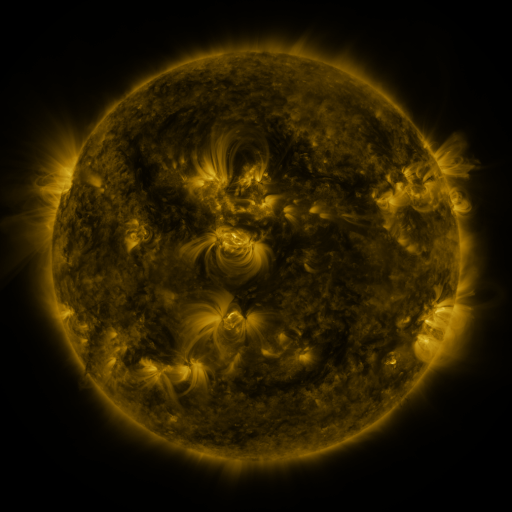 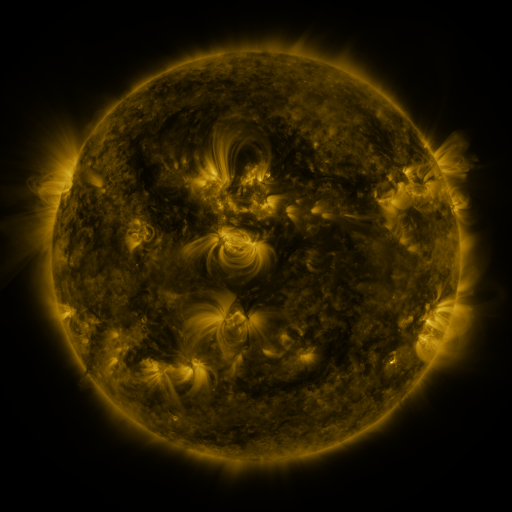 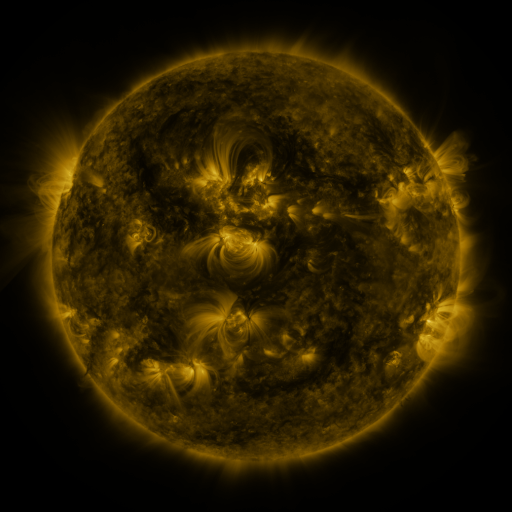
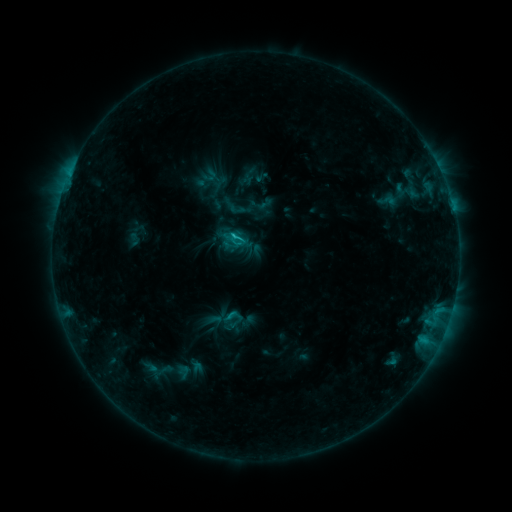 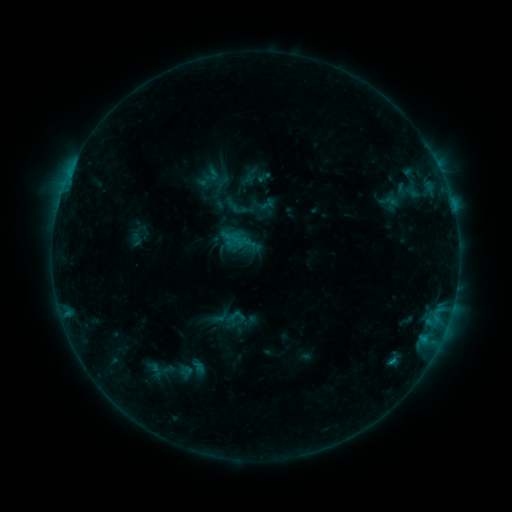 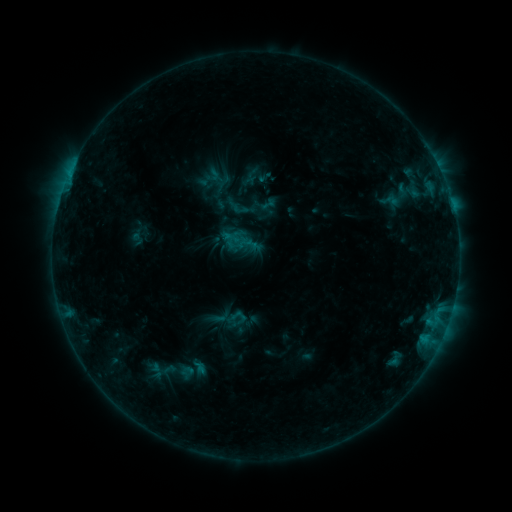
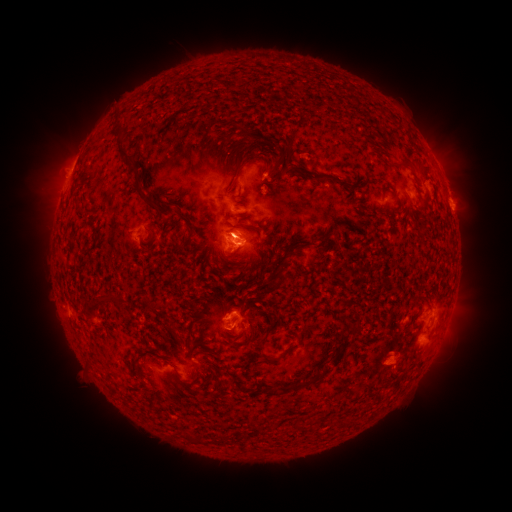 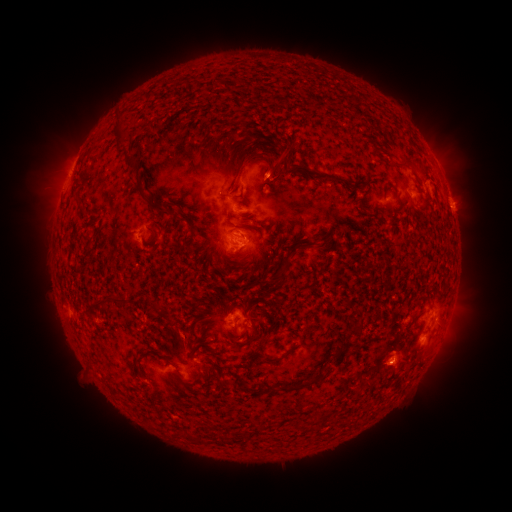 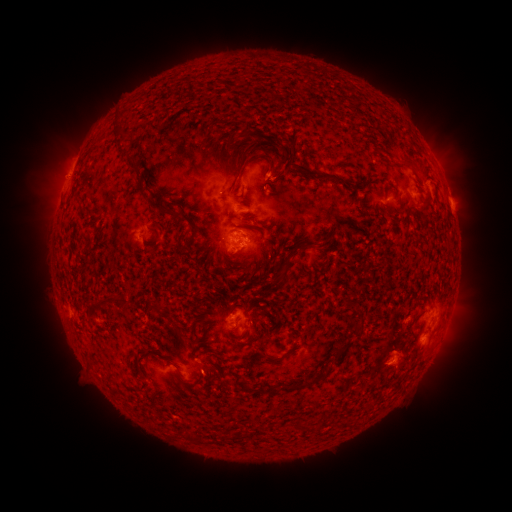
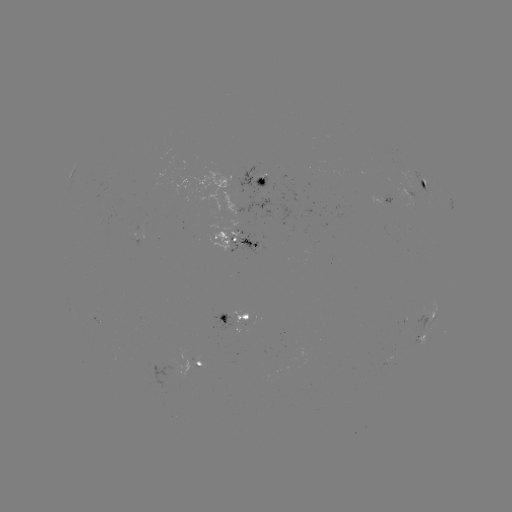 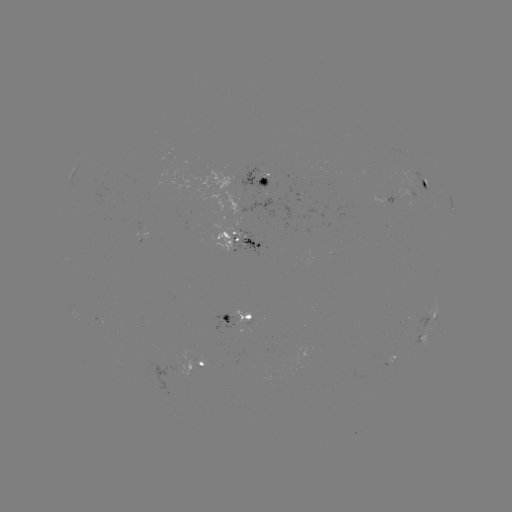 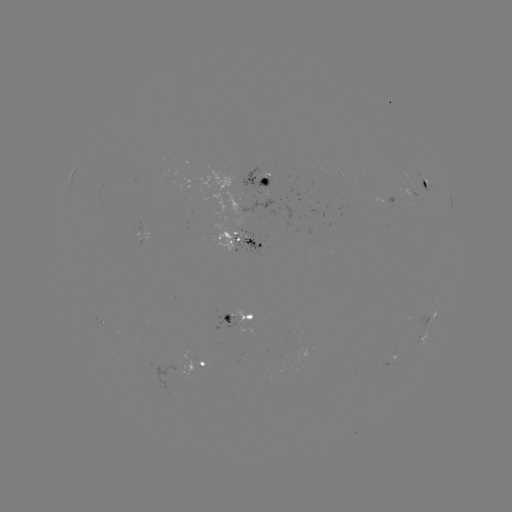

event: emerging-flux region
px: (201, 368)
